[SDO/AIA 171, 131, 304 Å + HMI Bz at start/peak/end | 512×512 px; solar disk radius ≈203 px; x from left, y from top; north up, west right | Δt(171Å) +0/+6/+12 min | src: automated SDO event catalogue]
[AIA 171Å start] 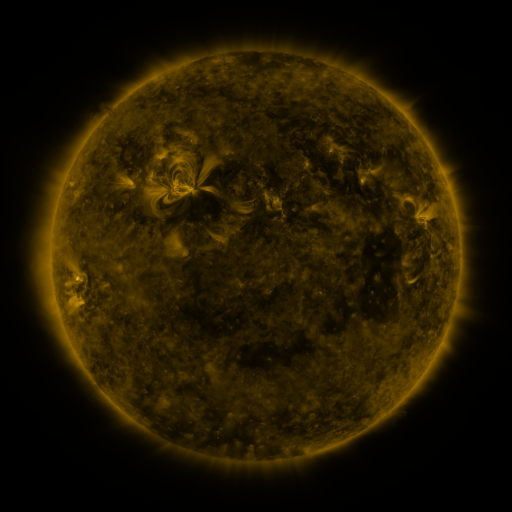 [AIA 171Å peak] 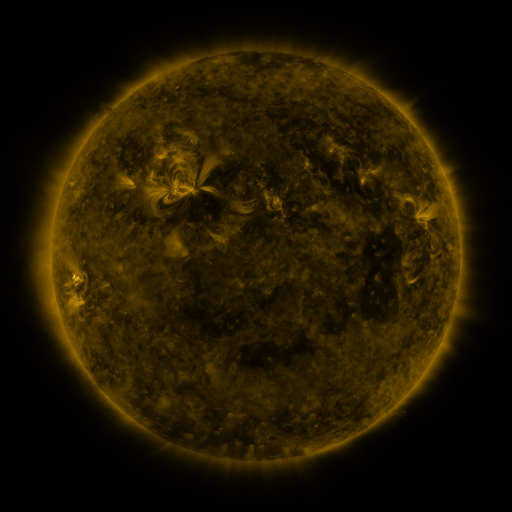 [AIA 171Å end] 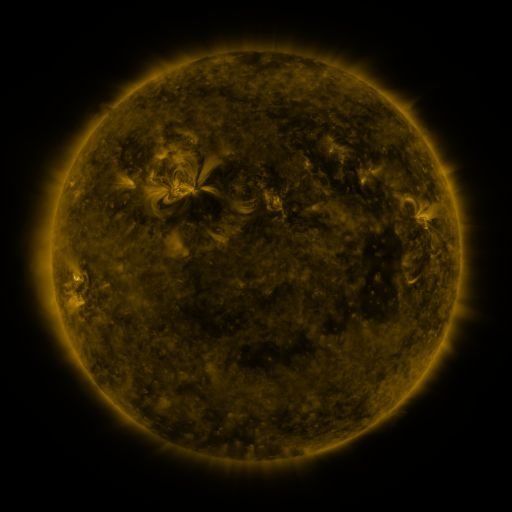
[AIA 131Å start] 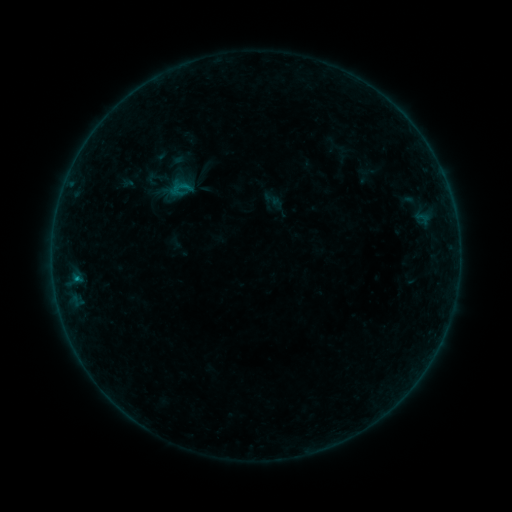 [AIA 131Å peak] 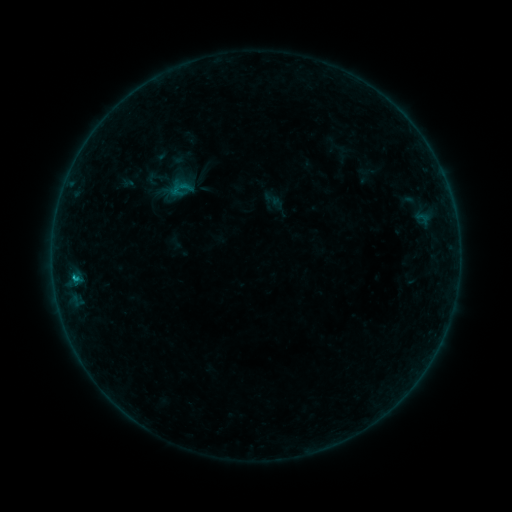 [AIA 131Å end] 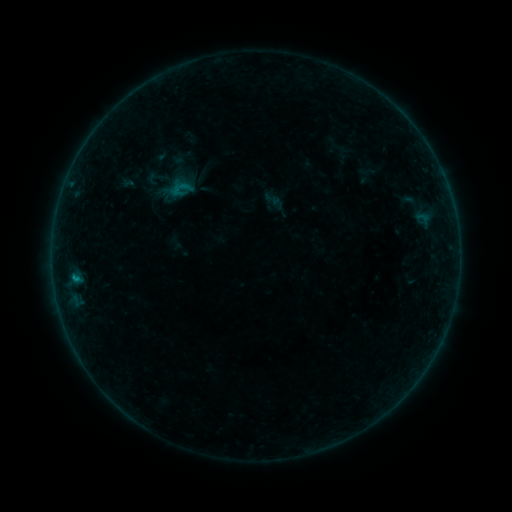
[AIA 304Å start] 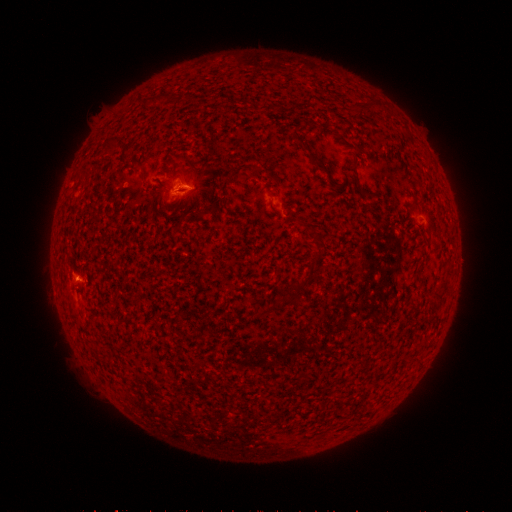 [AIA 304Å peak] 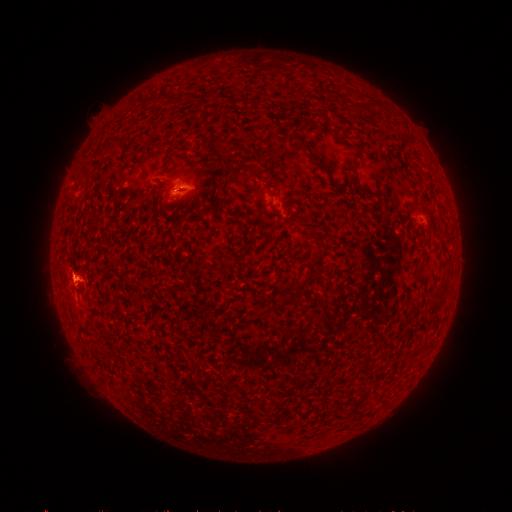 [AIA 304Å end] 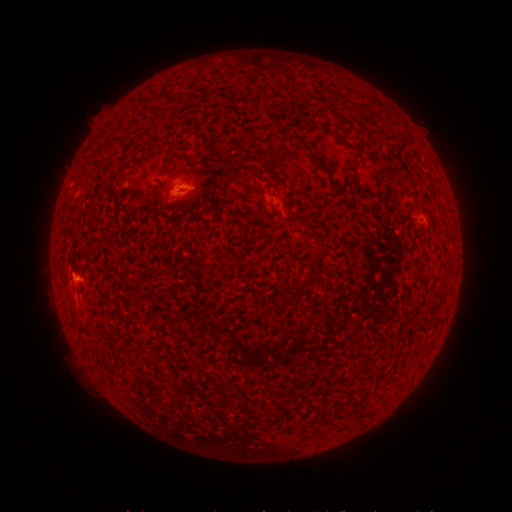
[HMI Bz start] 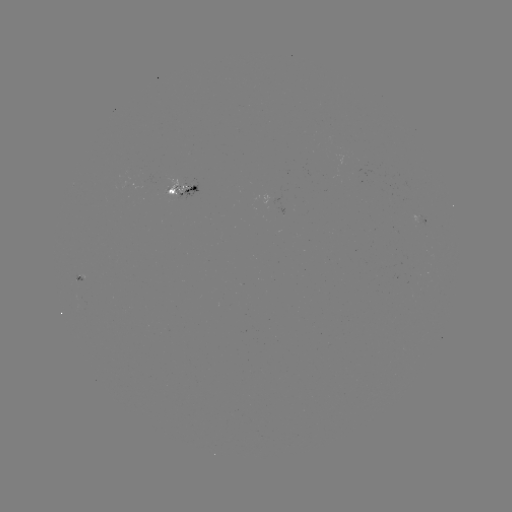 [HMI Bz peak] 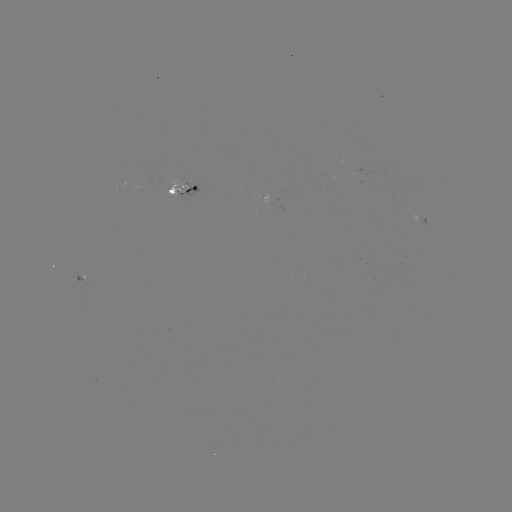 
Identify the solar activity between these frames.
B4.1 flare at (73, 277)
